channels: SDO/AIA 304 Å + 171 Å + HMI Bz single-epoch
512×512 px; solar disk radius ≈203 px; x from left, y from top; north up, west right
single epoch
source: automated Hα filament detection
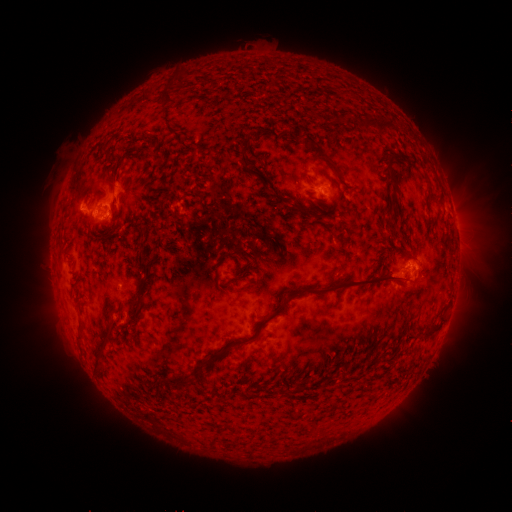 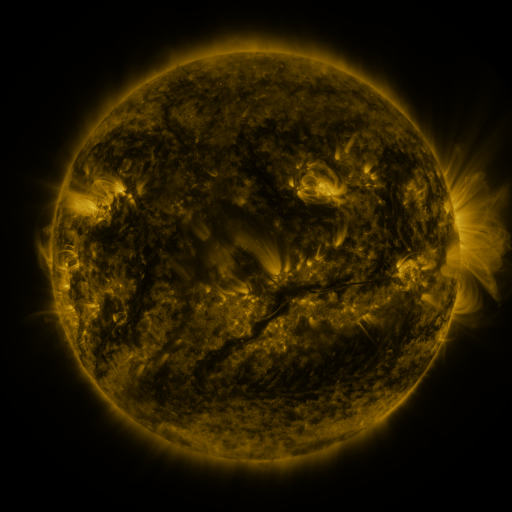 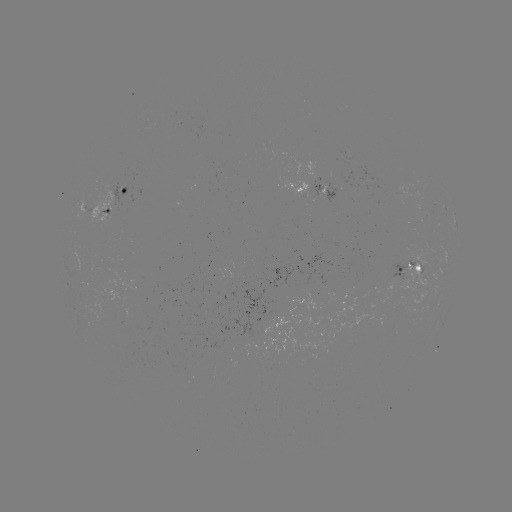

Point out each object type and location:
filament: (179, 76)
filament: (209, 86)
filament: (163, 97)
filament: (377, 121)
filament: (243, 151)
filament: (317, 151)
filament: (320, 171)
filament: (388, 172)
filament: (427, 179)
filament: (271, 195)
filament: (440, 196)
filament: (390, 208)
filament: (323, 210)
filament: (304, 211)
filament: (114, 216)
filament: (252, 262)
filament: (153, 267)
filament: (144, 281)
filament: (345, 283)
filament: (175, 313)
filament: (276, 314)
filament: (186, 326)
filament: (436, 326)
filament: (81, 335)
filament: (247, 341)
filament: (104, 349)
filament: (337, 358)
filament: (206, 361)
filament: (176, 383)
